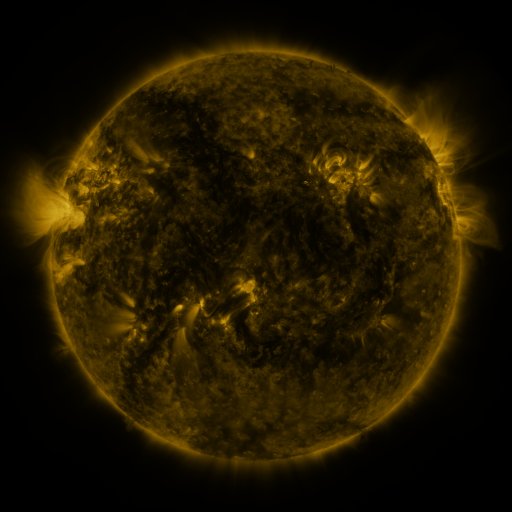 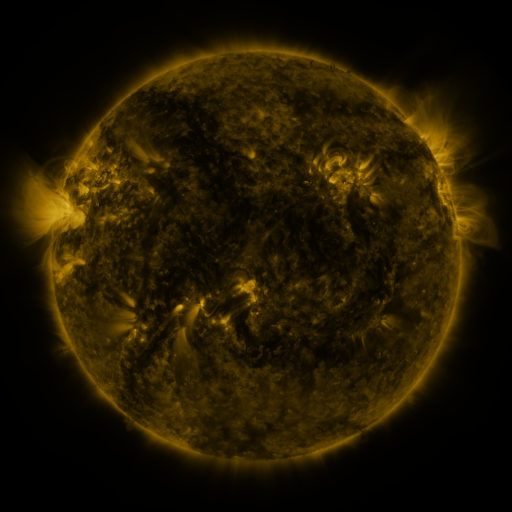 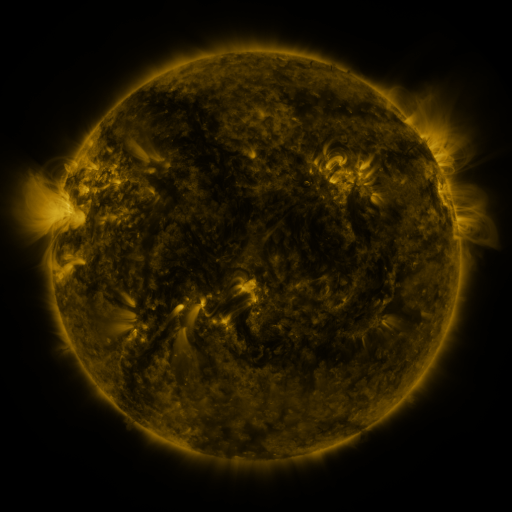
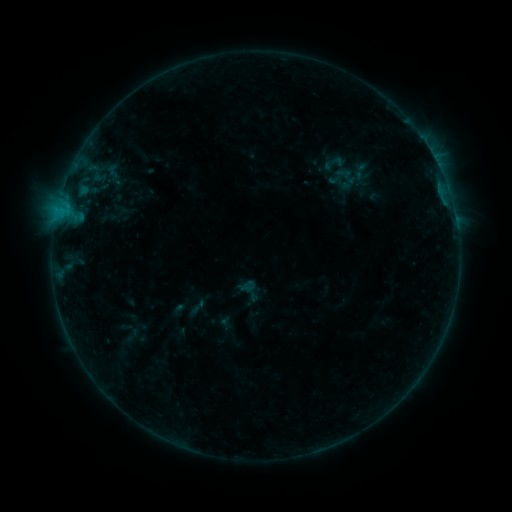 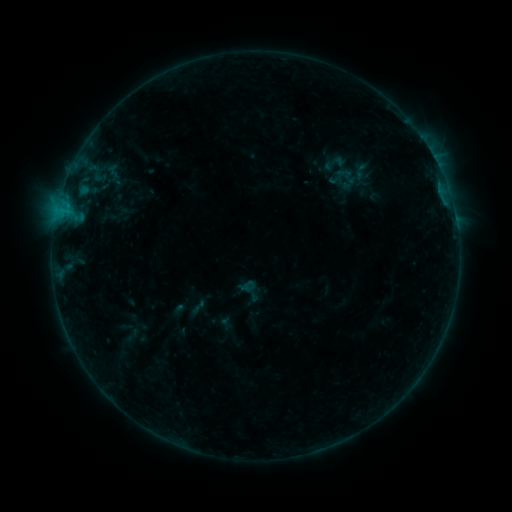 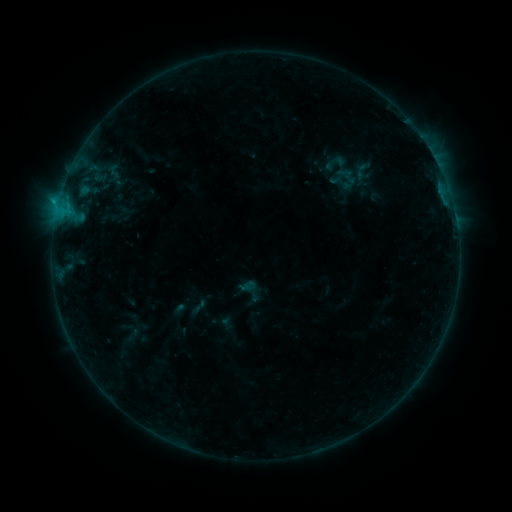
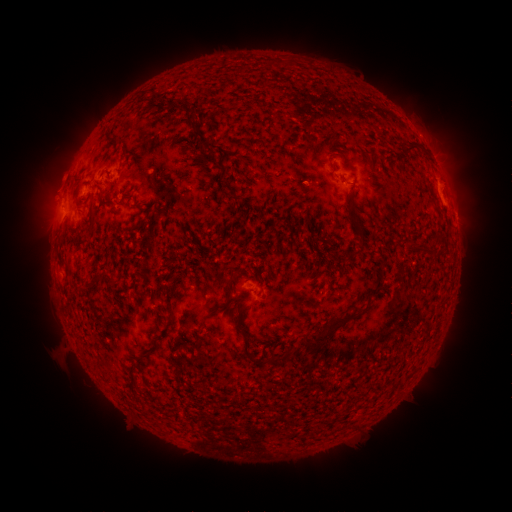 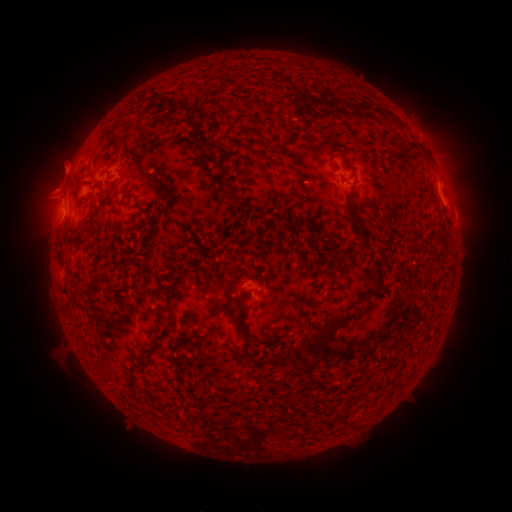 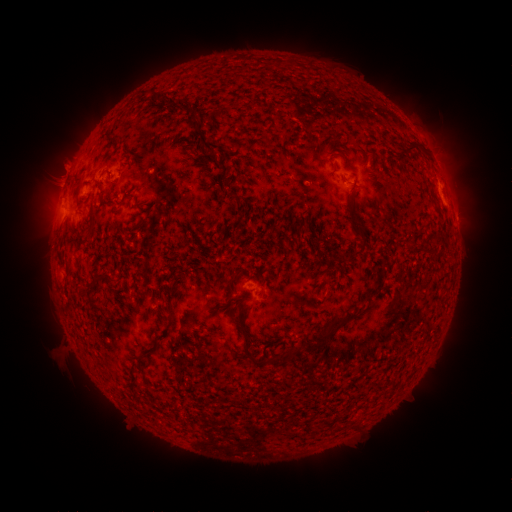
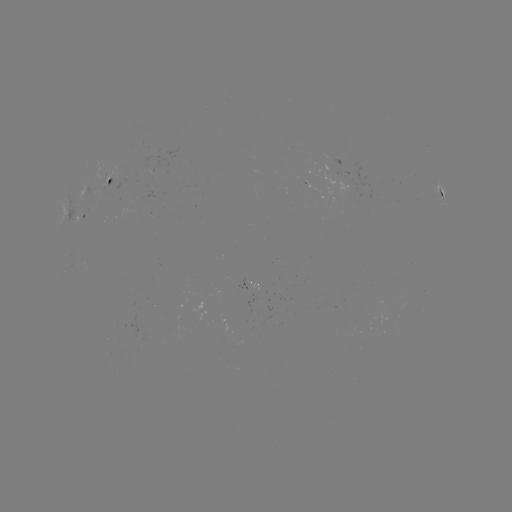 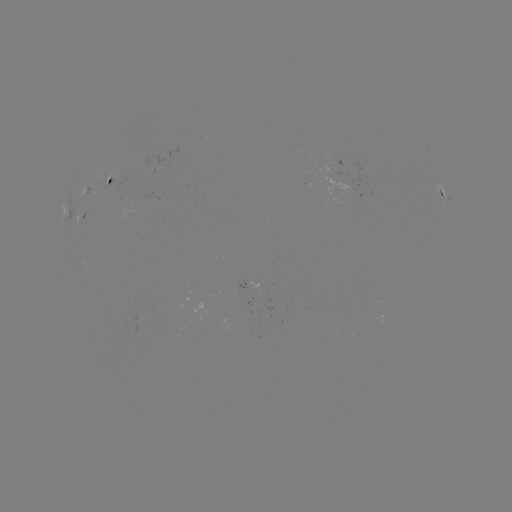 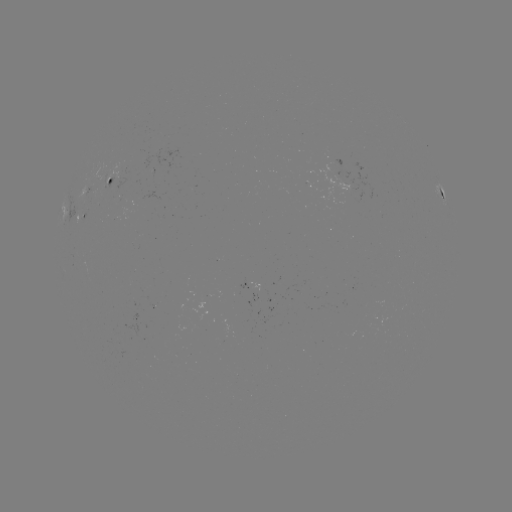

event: eruption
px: (55, 181)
